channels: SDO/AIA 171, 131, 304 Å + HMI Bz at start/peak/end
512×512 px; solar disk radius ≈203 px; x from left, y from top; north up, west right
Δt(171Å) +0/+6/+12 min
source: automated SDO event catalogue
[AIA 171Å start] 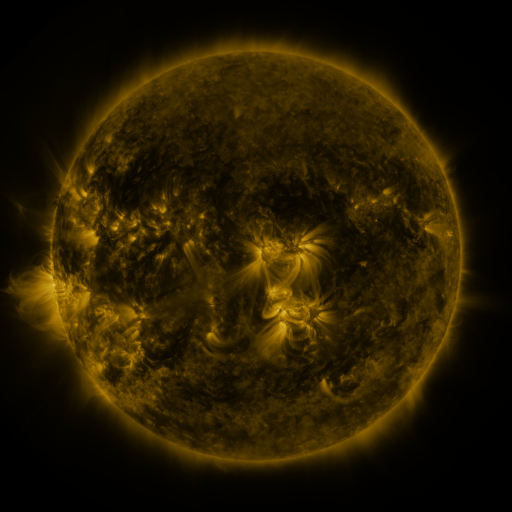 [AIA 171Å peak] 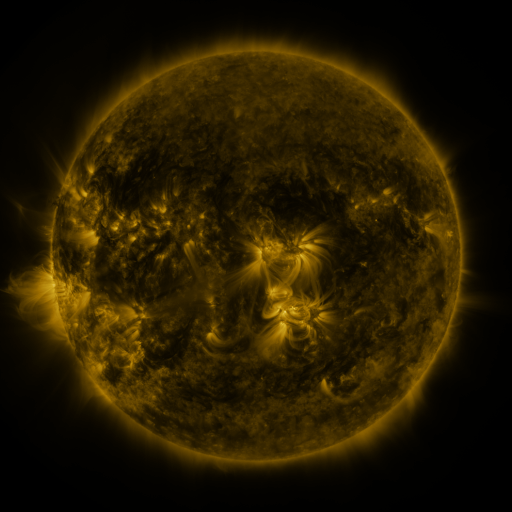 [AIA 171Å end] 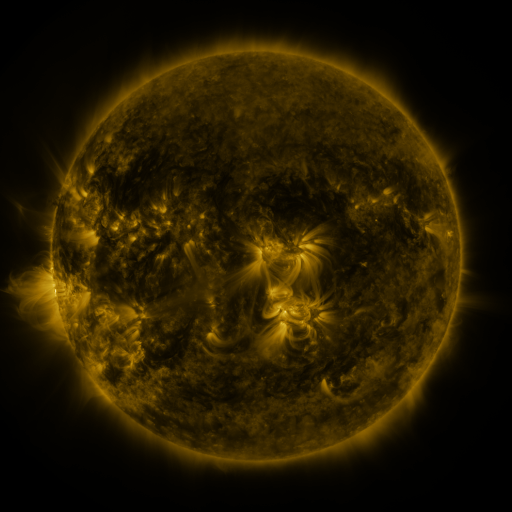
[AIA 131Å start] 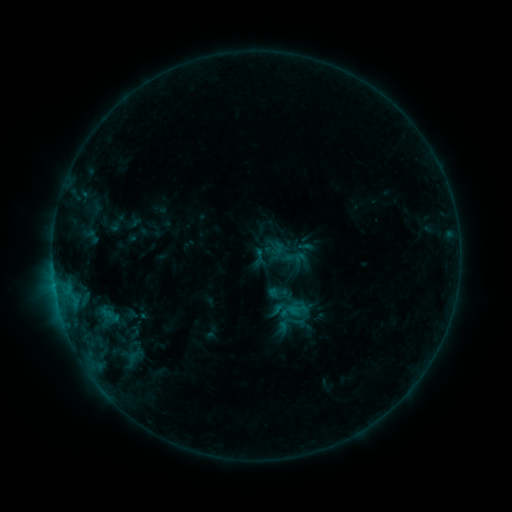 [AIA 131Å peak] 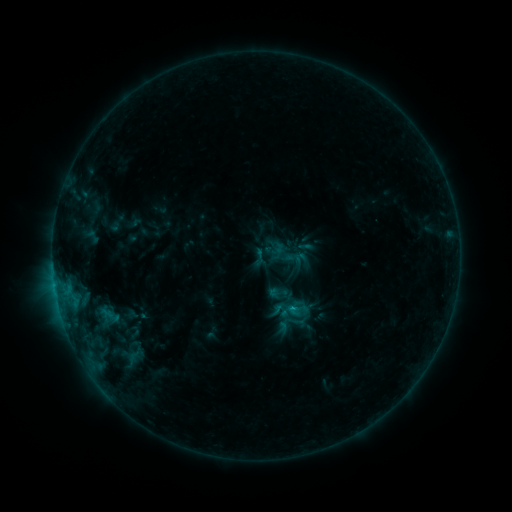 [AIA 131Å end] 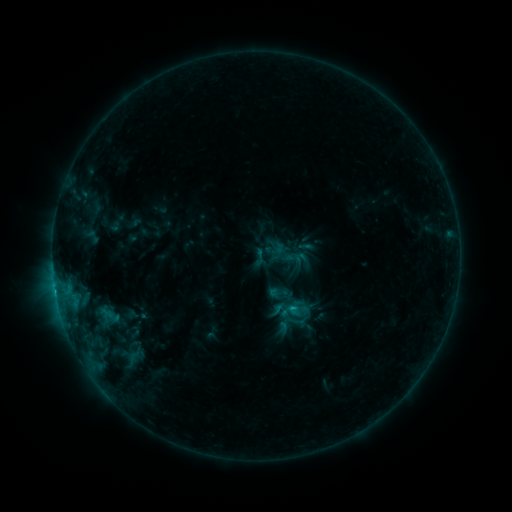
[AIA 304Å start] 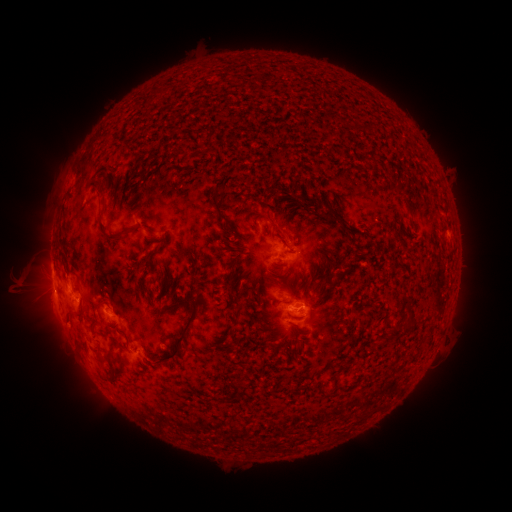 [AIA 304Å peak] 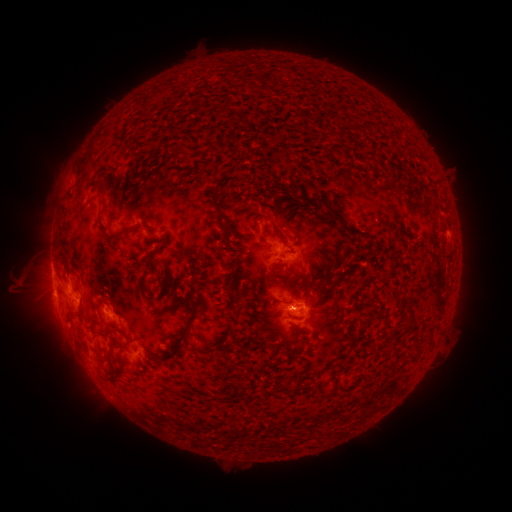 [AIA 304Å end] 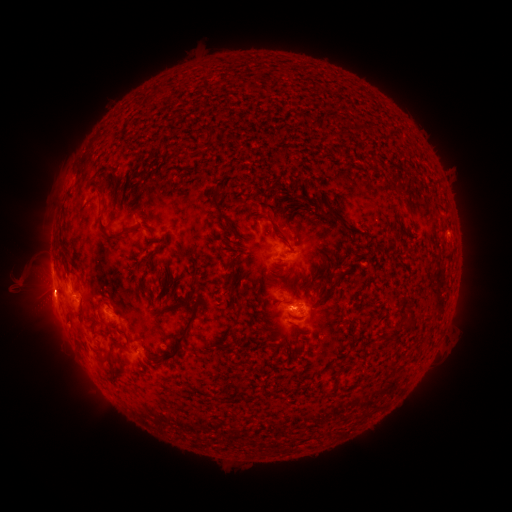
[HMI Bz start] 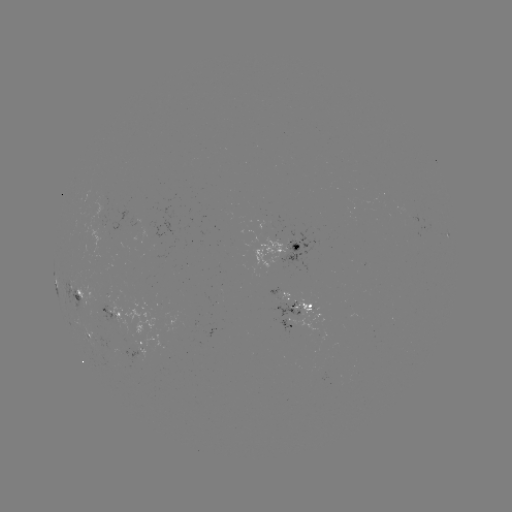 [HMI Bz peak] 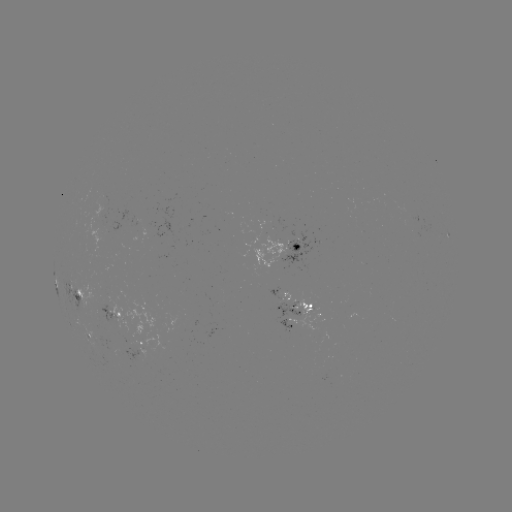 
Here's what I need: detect B7.6 flare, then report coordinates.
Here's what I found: B7.6 flare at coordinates [291, 306].